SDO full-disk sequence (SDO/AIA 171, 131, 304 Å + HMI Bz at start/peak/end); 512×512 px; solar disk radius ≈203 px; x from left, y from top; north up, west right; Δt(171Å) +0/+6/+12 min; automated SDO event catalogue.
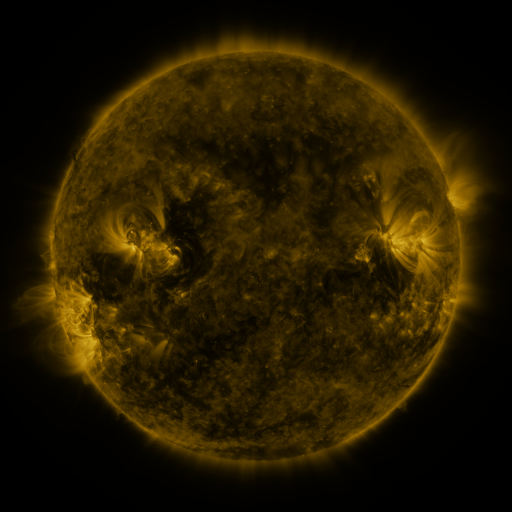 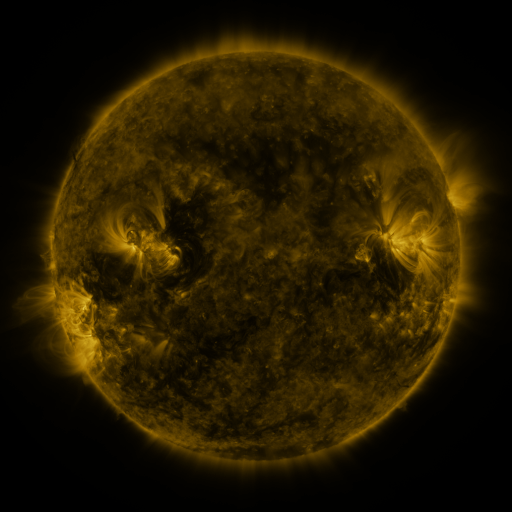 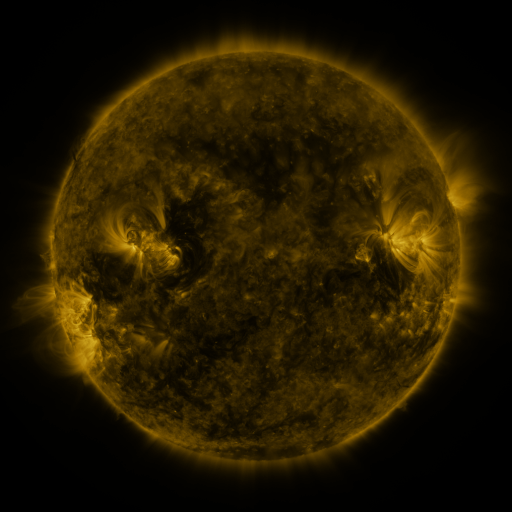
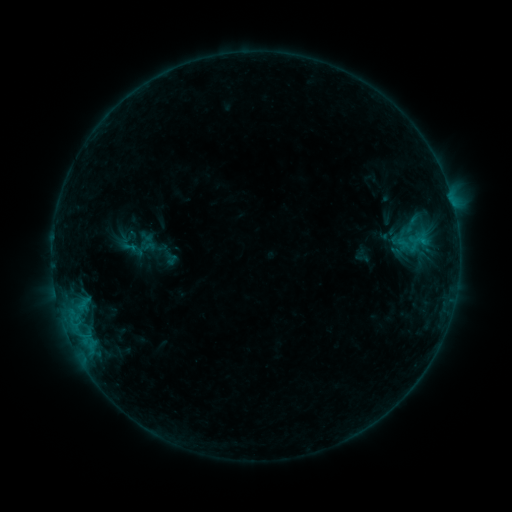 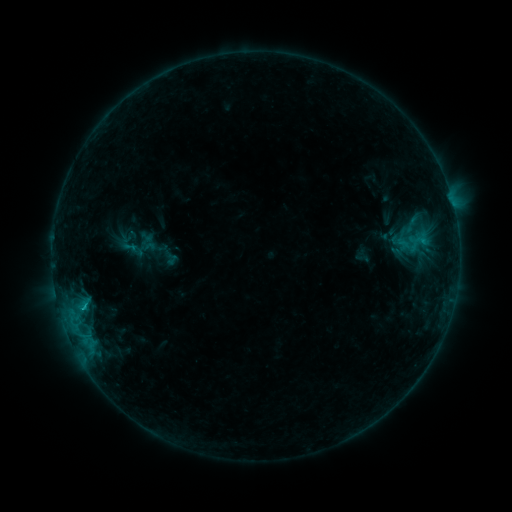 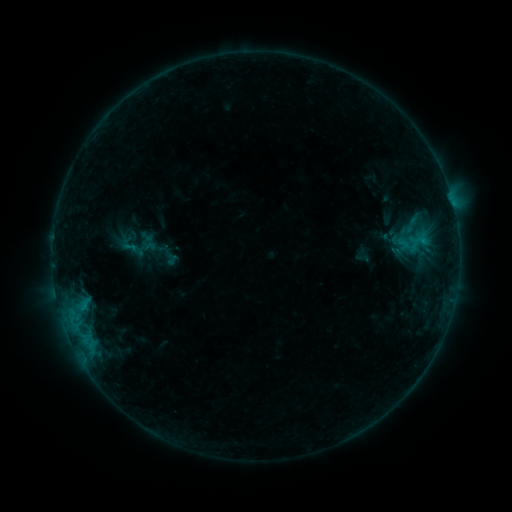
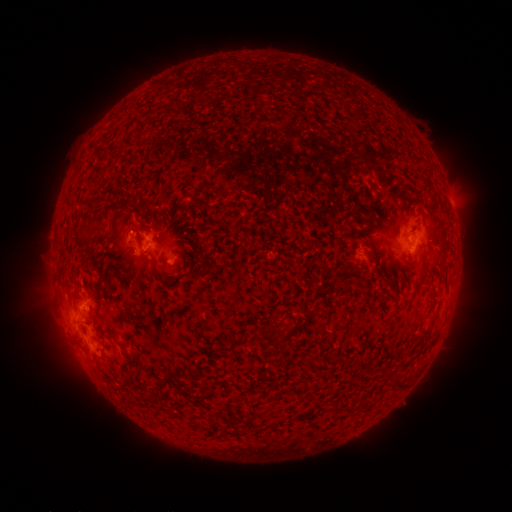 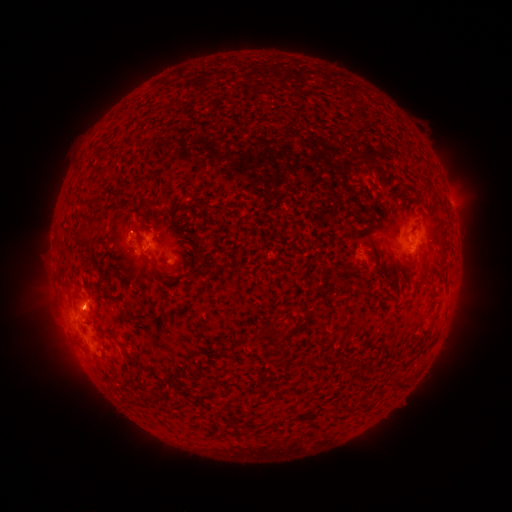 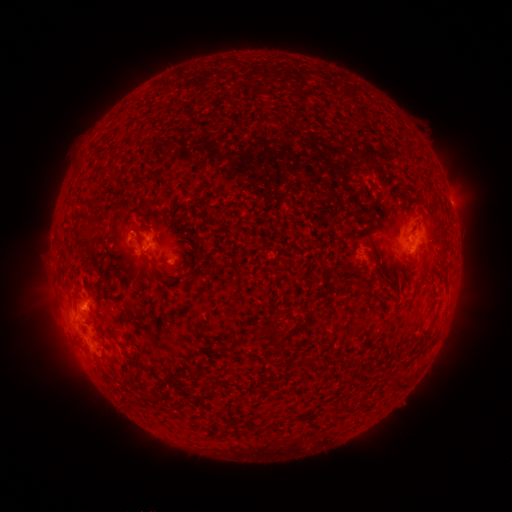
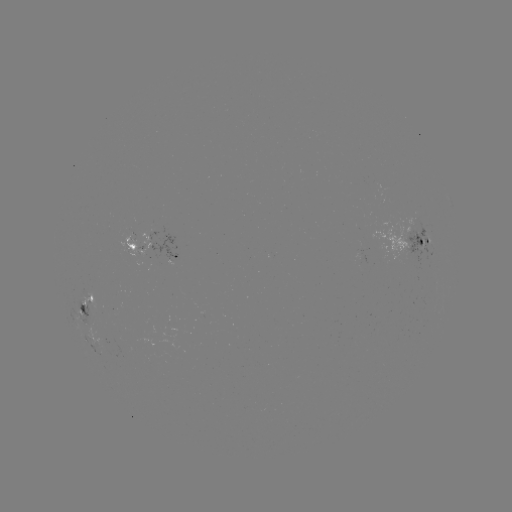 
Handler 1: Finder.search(B5.6 flare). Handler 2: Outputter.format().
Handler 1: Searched B5.6 flare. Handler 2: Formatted (83, 304).